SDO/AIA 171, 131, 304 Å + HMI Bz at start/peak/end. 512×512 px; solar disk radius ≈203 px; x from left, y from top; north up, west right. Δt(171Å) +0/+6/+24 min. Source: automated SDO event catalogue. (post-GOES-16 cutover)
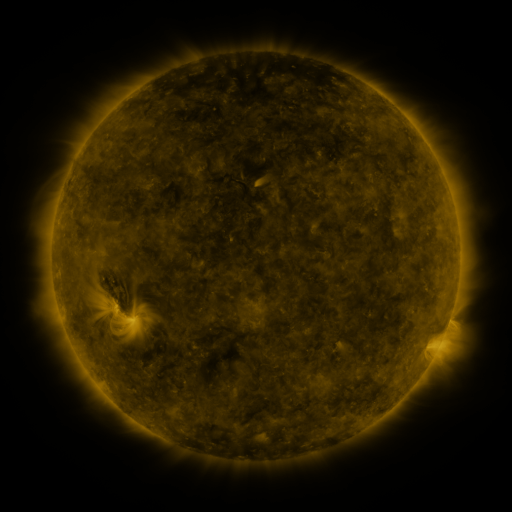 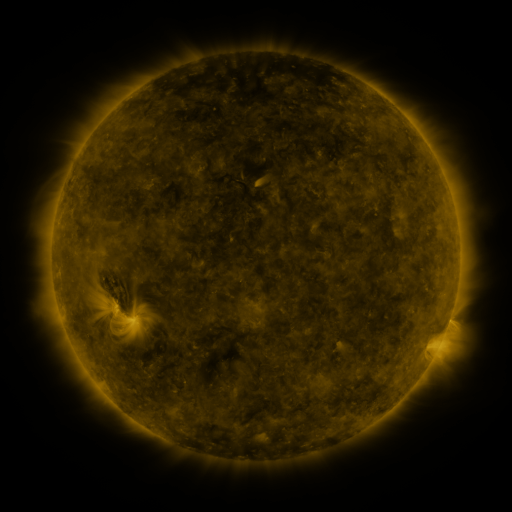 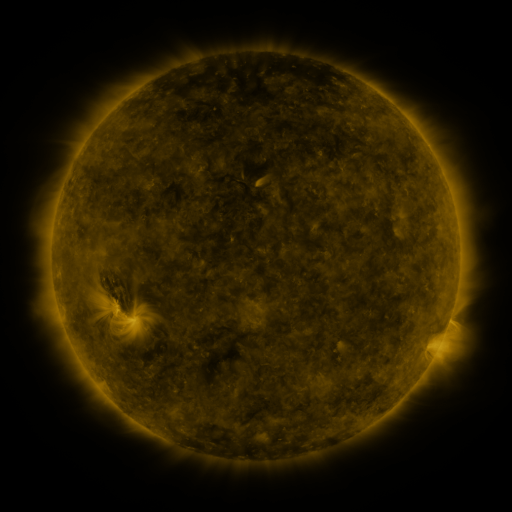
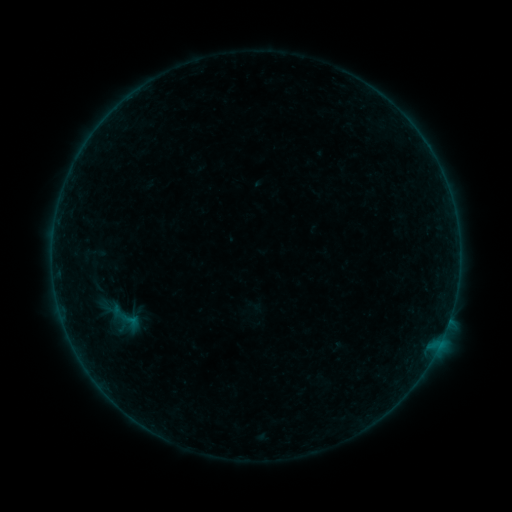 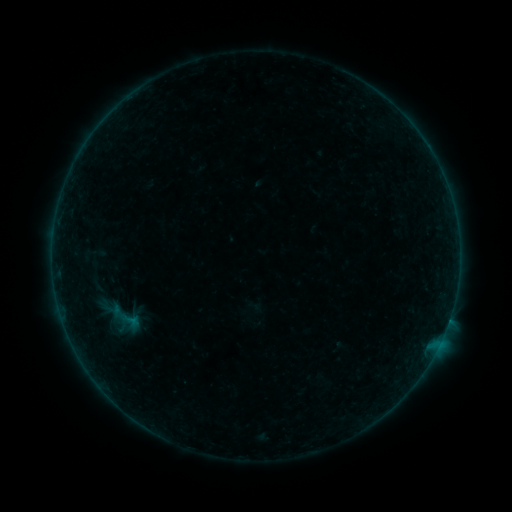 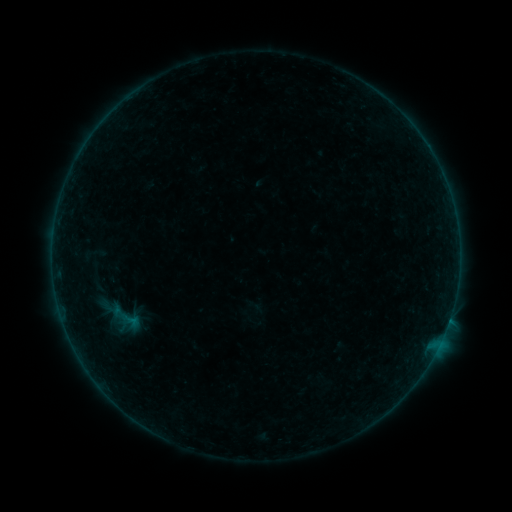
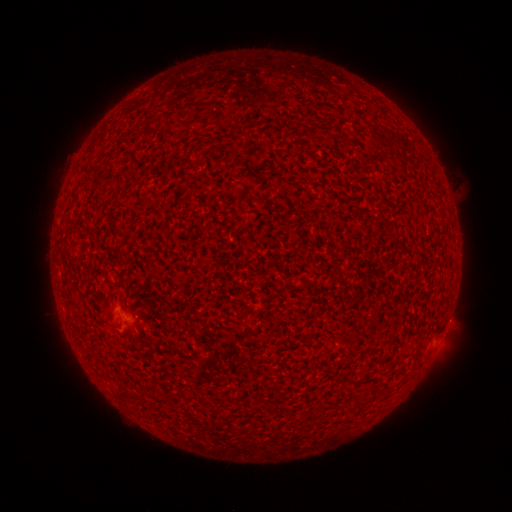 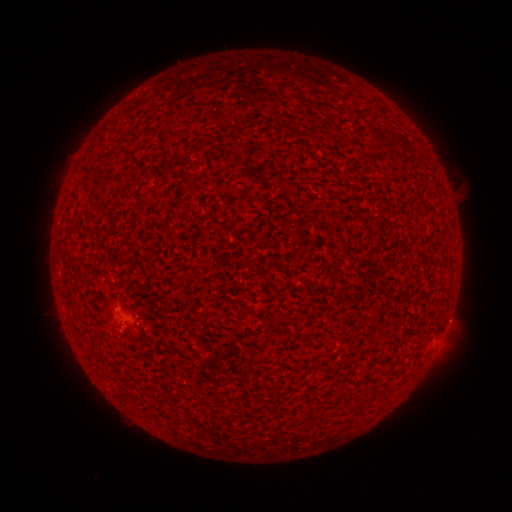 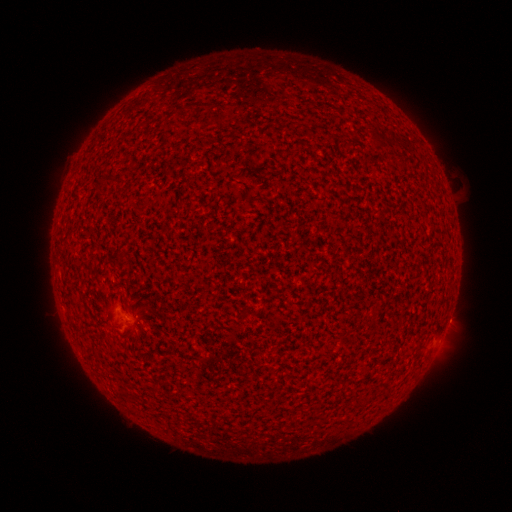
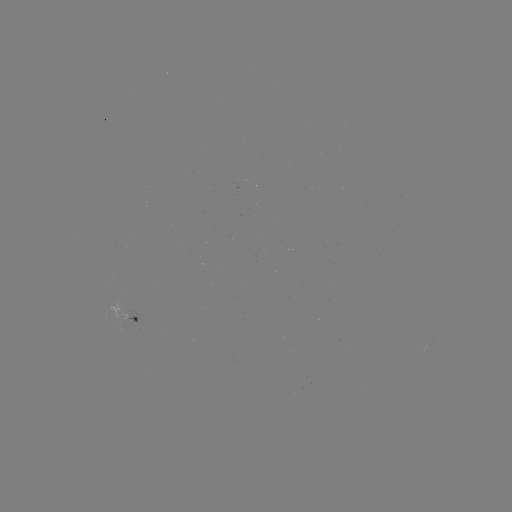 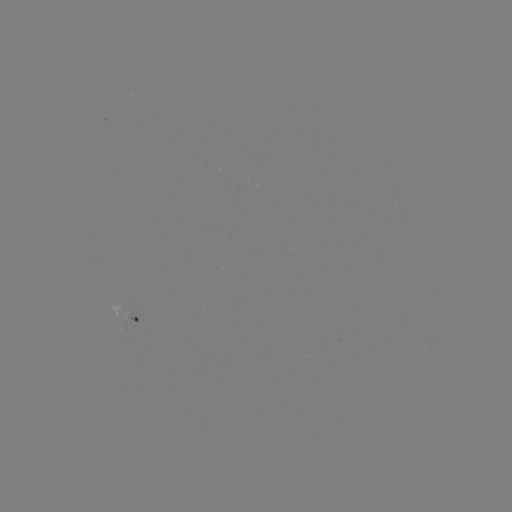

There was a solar flare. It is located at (448, 319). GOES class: B1.3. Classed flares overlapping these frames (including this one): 2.